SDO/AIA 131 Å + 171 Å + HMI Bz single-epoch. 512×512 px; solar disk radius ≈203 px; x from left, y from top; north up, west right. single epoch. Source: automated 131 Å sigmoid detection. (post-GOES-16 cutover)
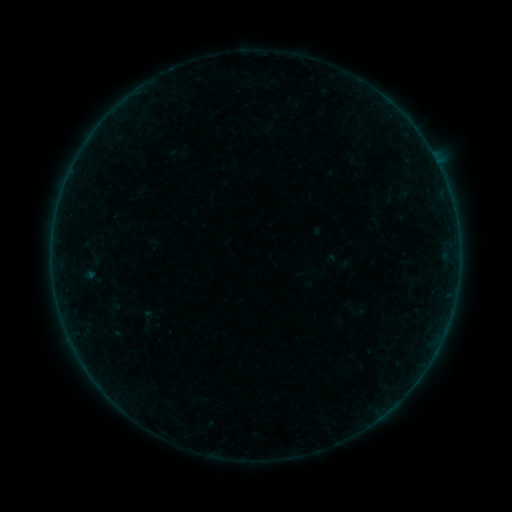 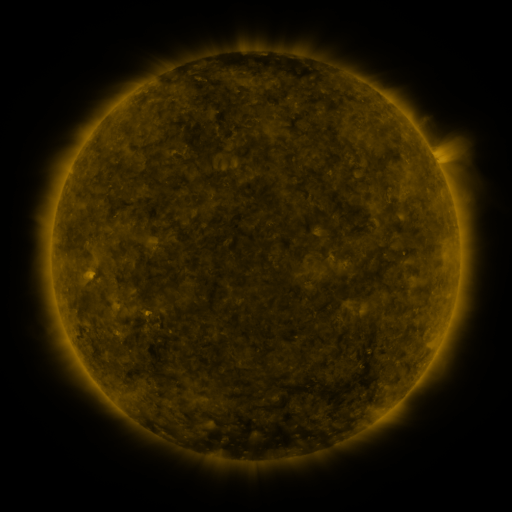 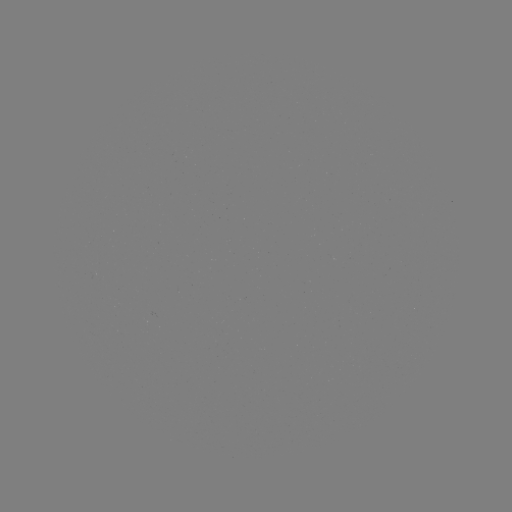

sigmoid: (128, 307, 164, 332)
